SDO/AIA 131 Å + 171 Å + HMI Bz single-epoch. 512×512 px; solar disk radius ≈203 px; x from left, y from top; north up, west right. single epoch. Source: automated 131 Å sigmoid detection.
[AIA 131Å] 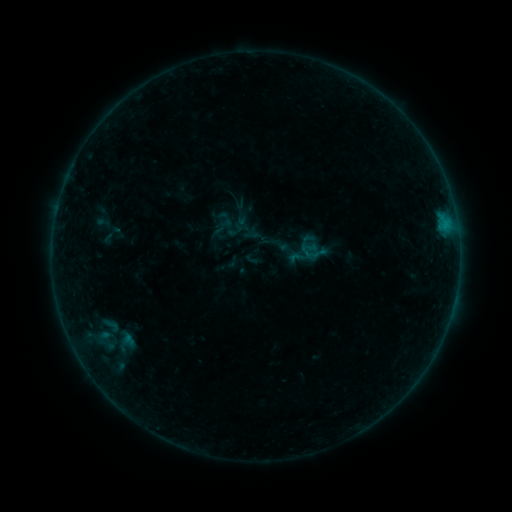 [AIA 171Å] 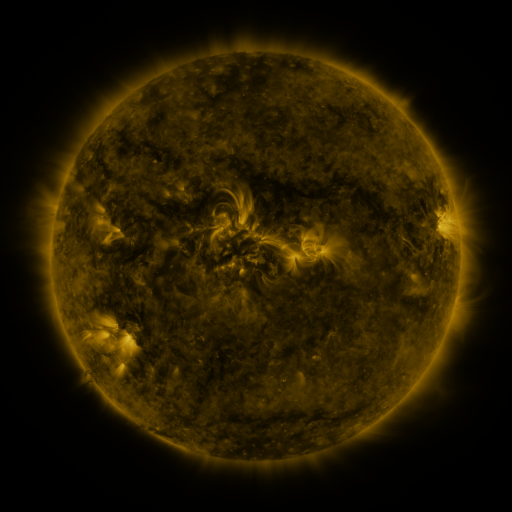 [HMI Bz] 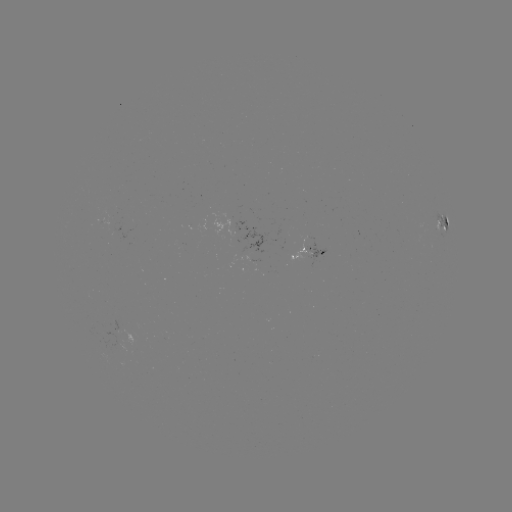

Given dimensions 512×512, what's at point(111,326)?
sigmoid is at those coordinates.